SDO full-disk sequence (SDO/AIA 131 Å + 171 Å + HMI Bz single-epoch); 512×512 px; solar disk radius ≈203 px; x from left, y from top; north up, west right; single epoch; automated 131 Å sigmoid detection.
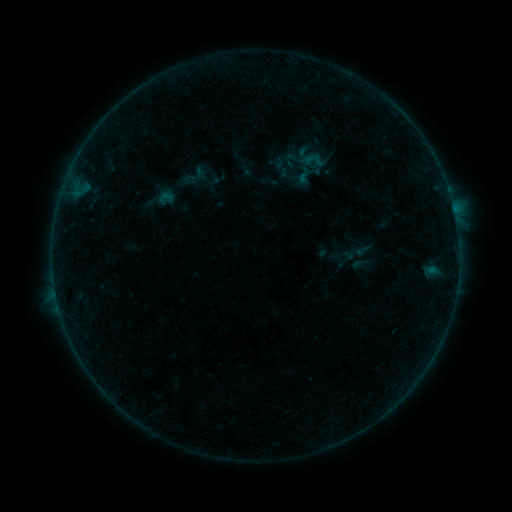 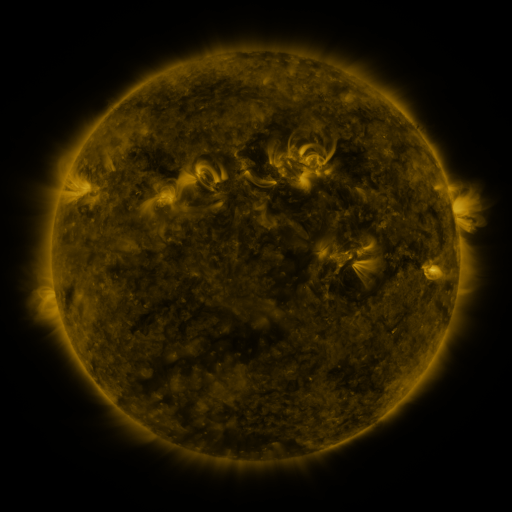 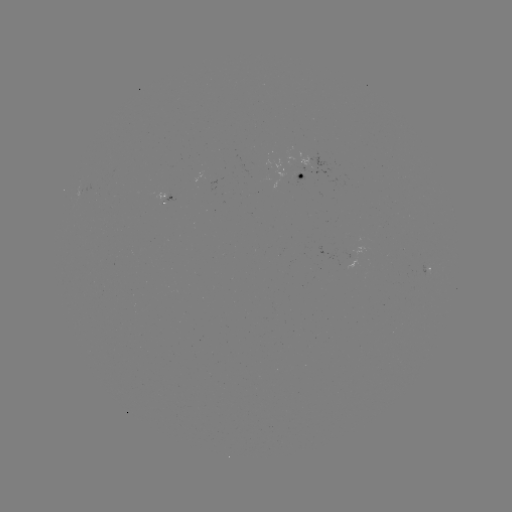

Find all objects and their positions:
sigmoid: [300, 149, 327, 172]
